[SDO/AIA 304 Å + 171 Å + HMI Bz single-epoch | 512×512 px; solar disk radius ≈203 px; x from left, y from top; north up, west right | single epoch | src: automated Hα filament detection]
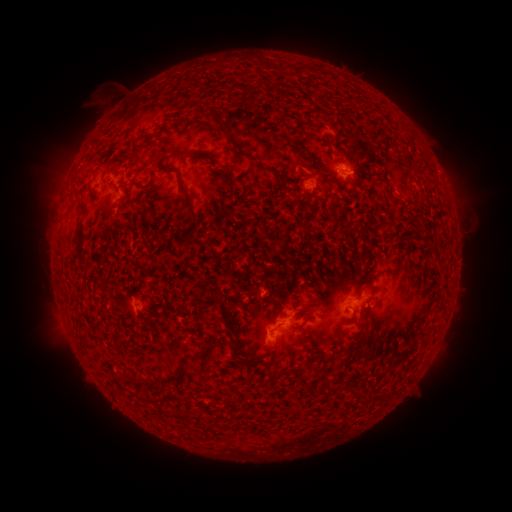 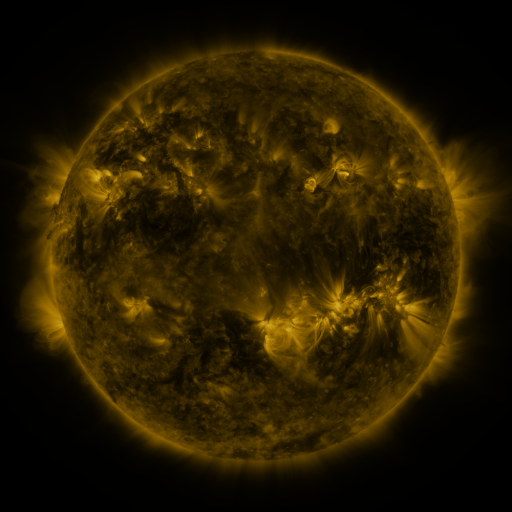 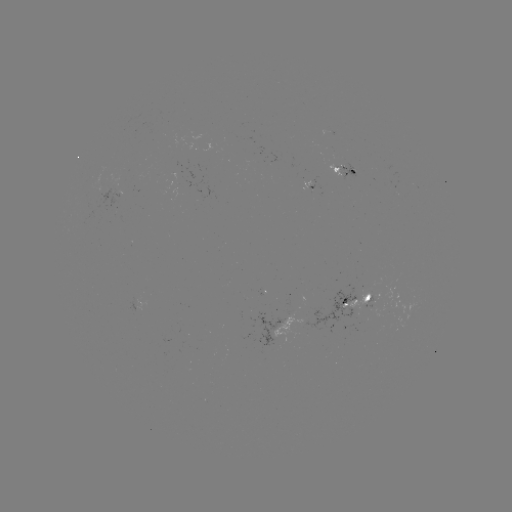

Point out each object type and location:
filament: <bbox>209, 111, 236, 145</bbox>
filament: <bbox>298, 145, 311, 155</bbox>
filament: <bbox>234, 147, 249, 158</bbox>
filament: <bbox>172, 149, 205, 157</bbox>
filament: <bbox>214, 166, 227, 174</bbox>
filament: <bbox>262, 166, 275, 173</bbox>
filament: <bbox>178, 181, 199, 231</bbox>
filament: <bbox>77, 196, 85, 207</bbox>
filament: <bbox>78, 224, 85, 234</bbox>
filament: <bbox>75, 245, 83, 258</bbox>
filament: <bbox>291, 316, 310, 331</bbox>
filament: <bbox>358, 329, 370, 341</bbox>
filament: <bbox>227, 341, 252, 367</bbox>
filament: <bbox>191, 351, 200, 360</bbox>
filament: <bbox>122, 368, 139, 382</bbox>
